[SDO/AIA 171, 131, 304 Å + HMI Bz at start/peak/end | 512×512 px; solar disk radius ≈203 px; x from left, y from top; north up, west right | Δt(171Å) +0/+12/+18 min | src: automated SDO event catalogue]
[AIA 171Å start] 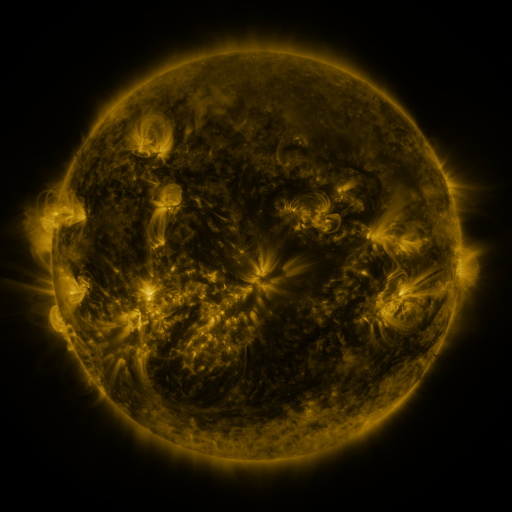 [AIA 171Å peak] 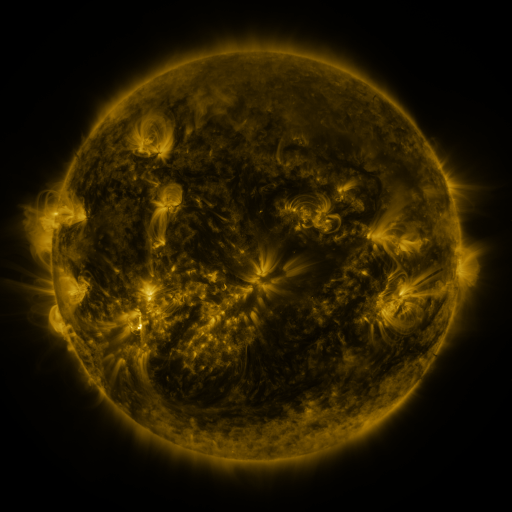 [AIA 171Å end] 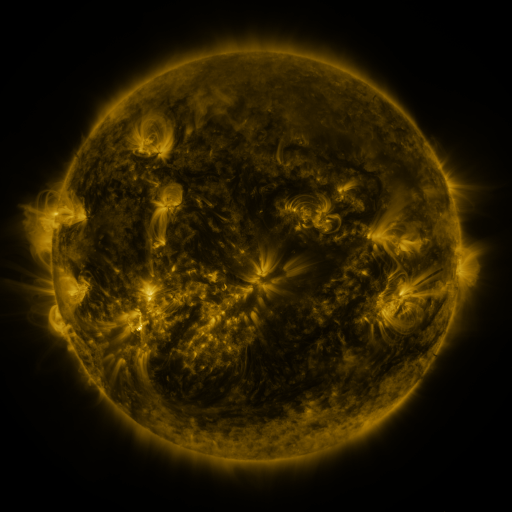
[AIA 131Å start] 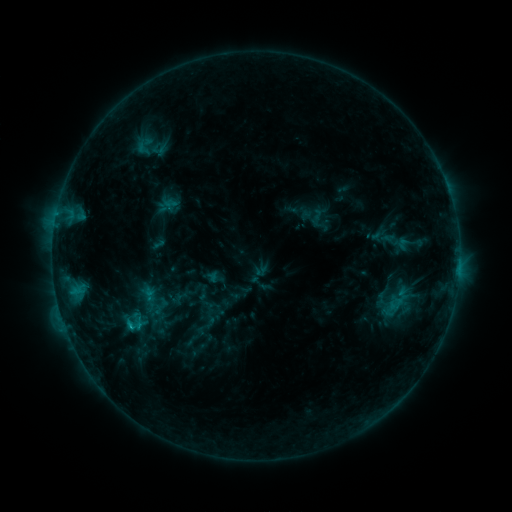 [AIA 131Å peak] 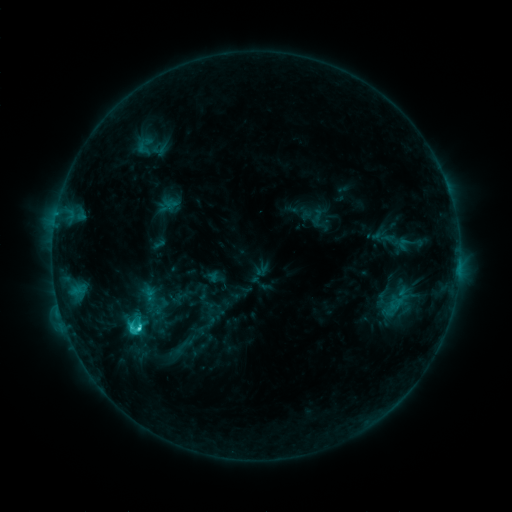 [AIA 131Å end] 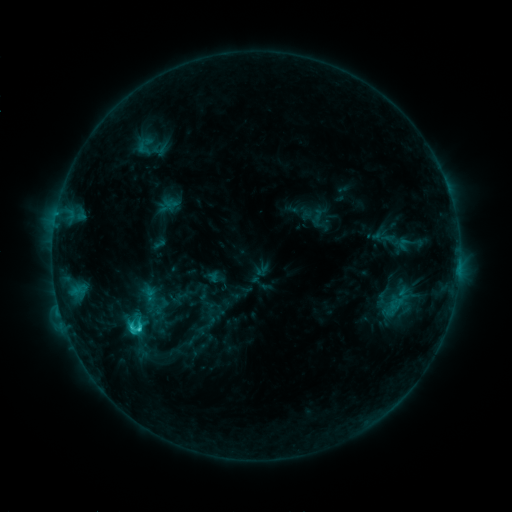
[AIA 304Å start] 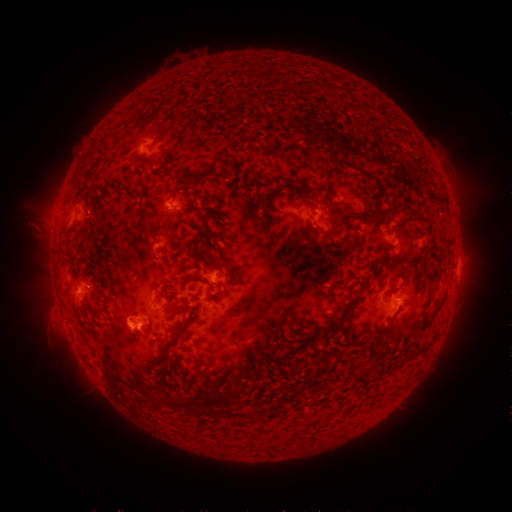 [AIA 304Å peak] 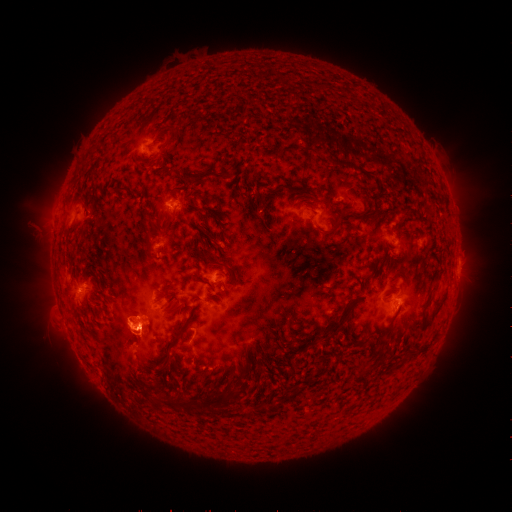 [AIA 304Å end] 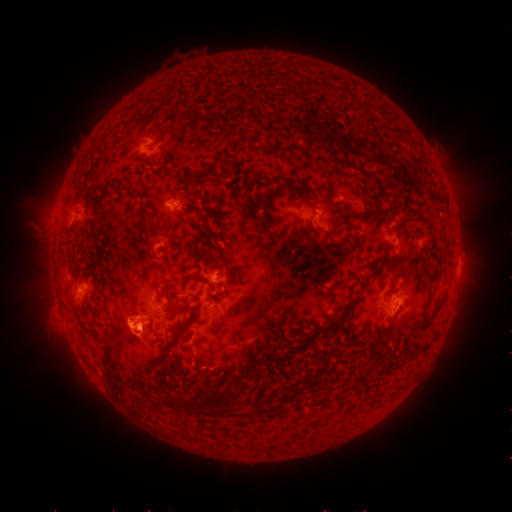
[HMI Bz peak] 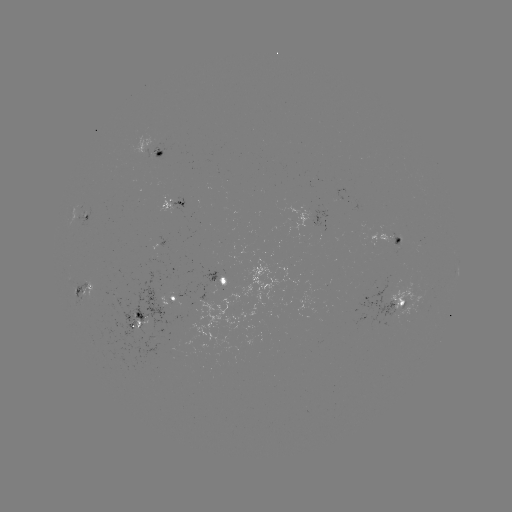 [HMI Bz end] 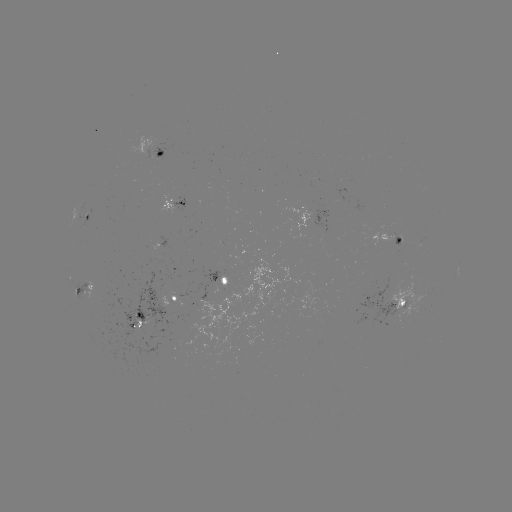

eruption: [31, 227, 191, 440]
